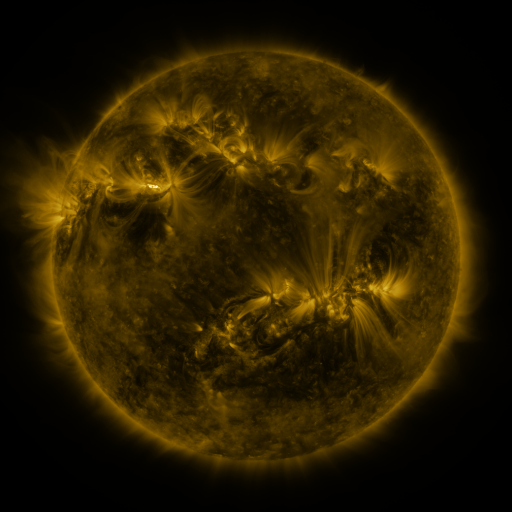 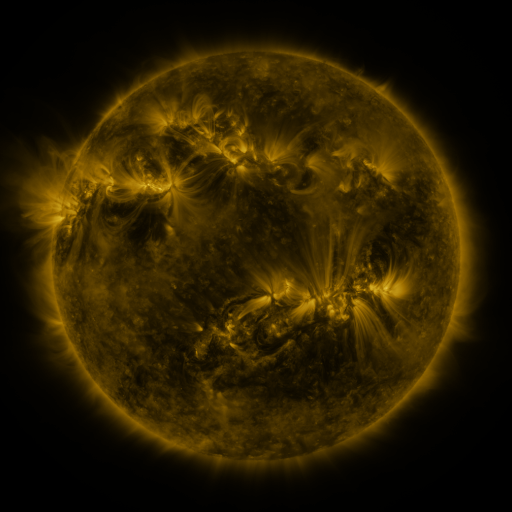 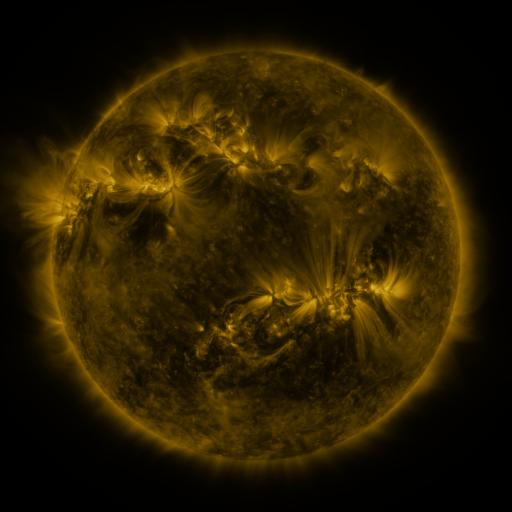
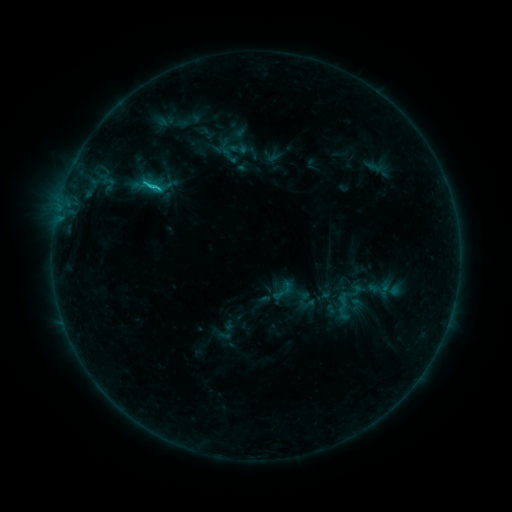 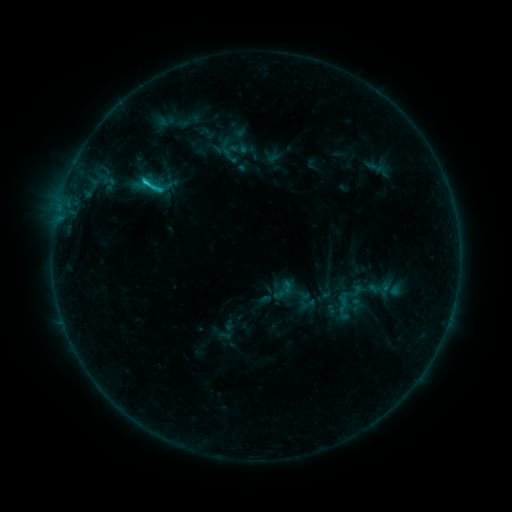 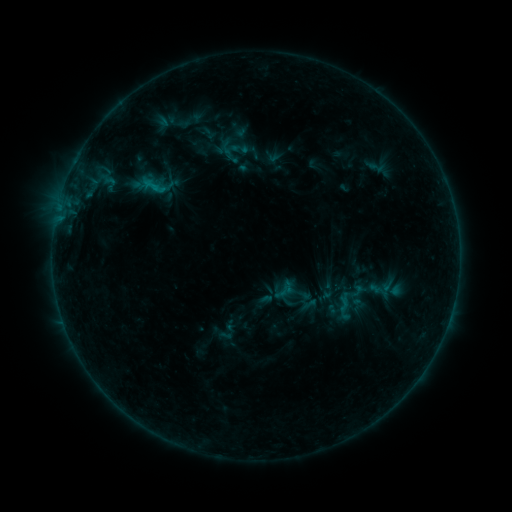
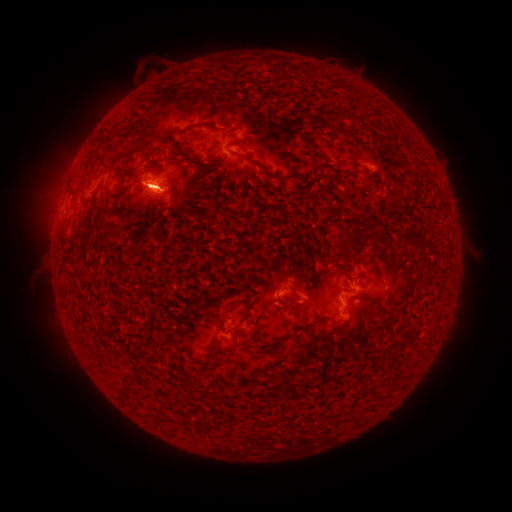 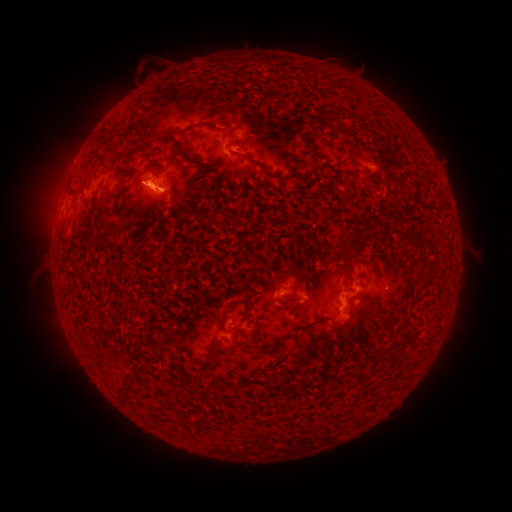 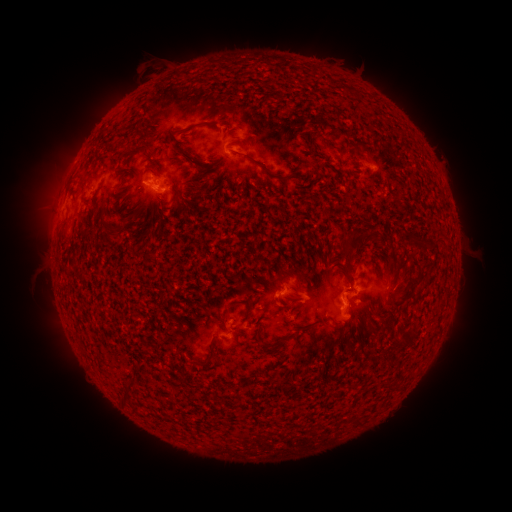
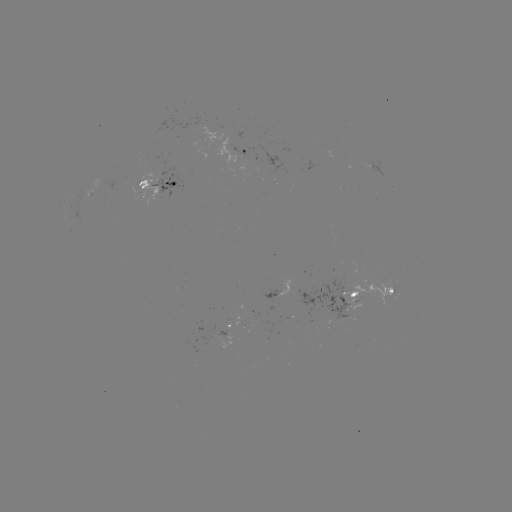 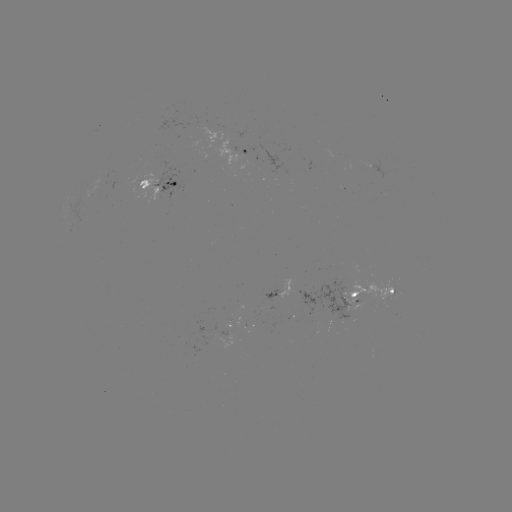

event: emerging-flux region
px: (372, 167)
